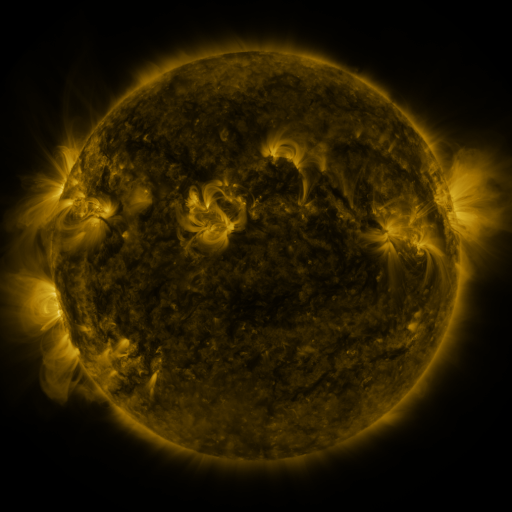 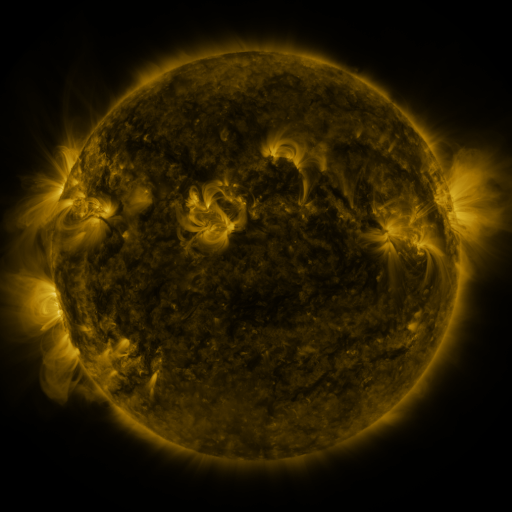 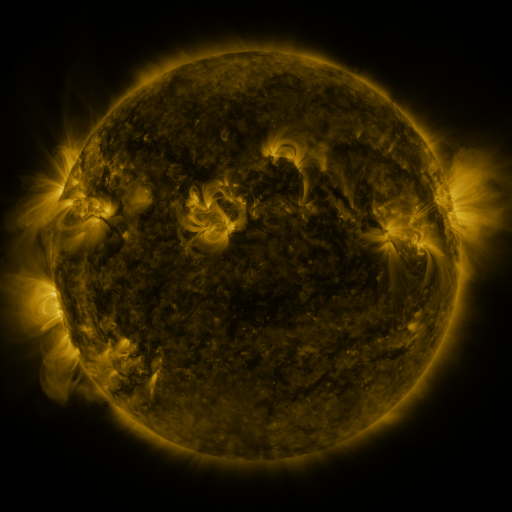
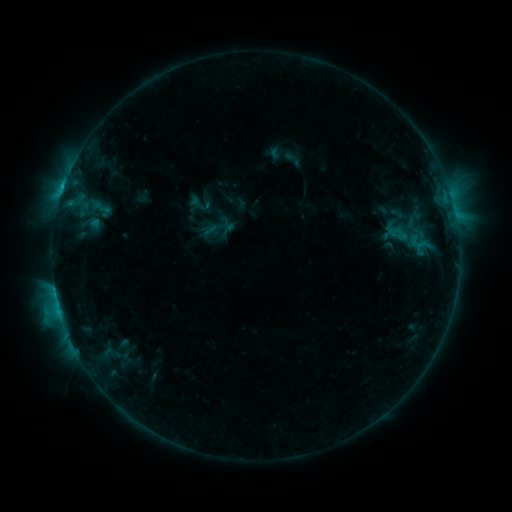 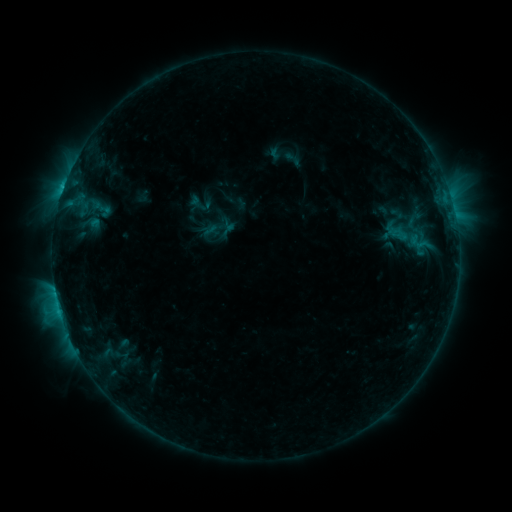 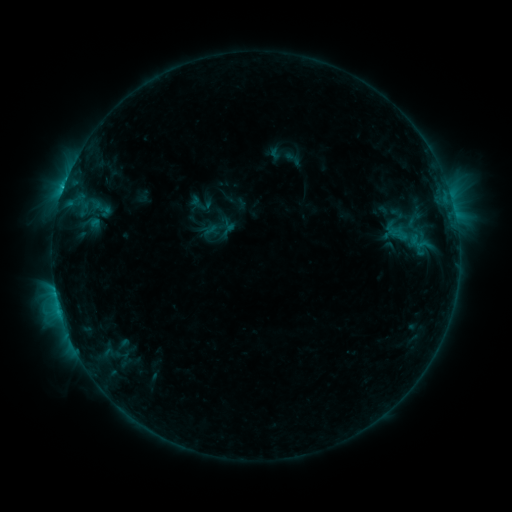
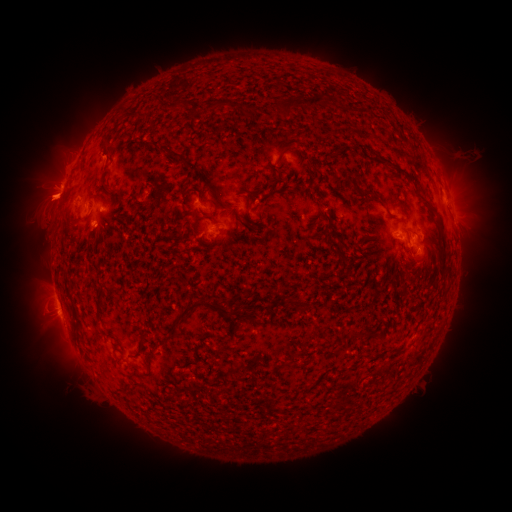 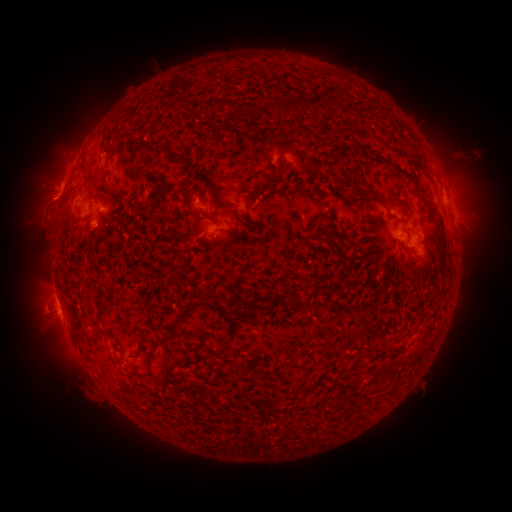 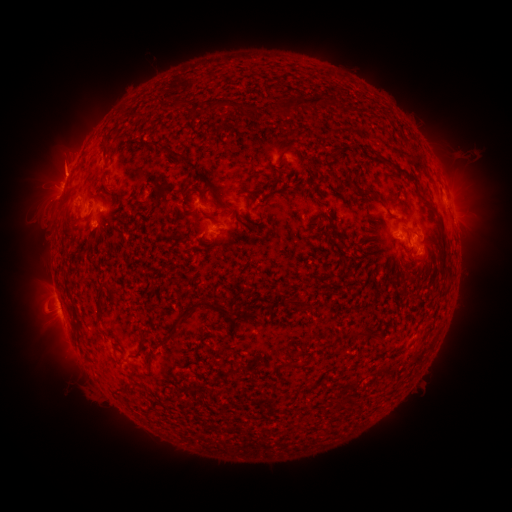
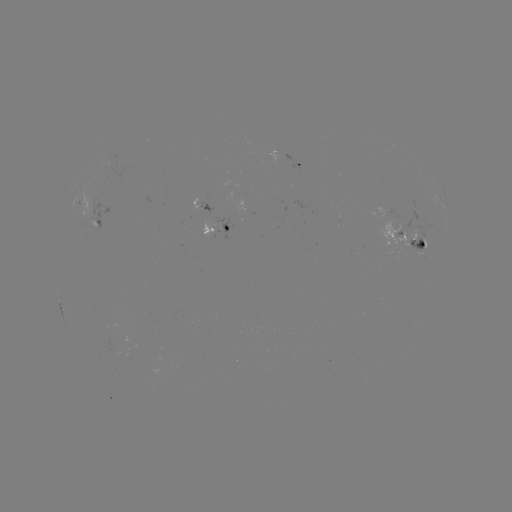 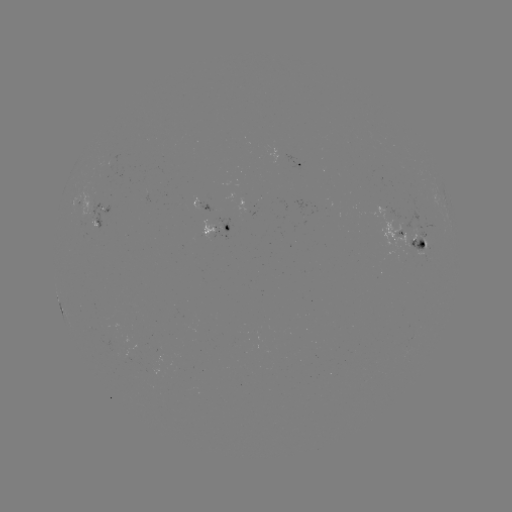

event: eruption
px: (104, 156)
